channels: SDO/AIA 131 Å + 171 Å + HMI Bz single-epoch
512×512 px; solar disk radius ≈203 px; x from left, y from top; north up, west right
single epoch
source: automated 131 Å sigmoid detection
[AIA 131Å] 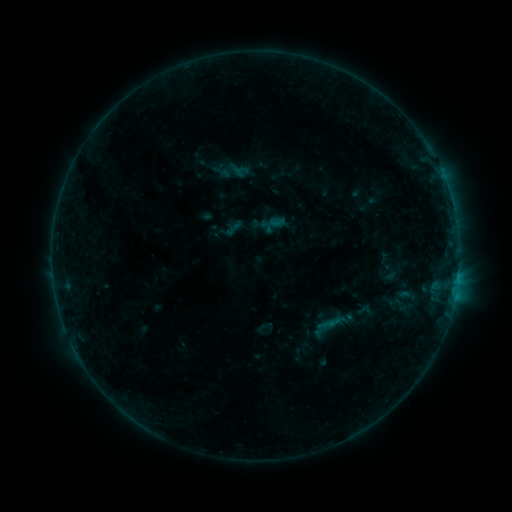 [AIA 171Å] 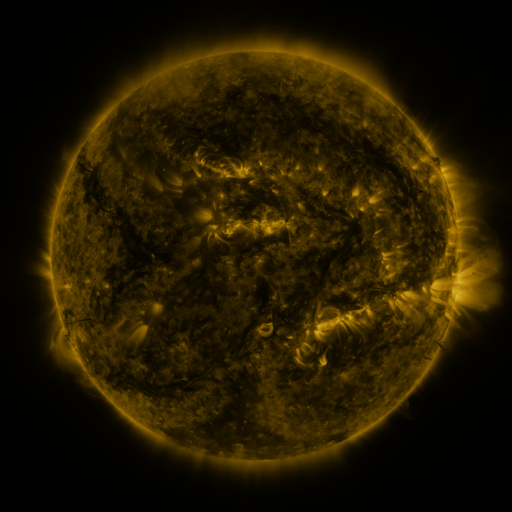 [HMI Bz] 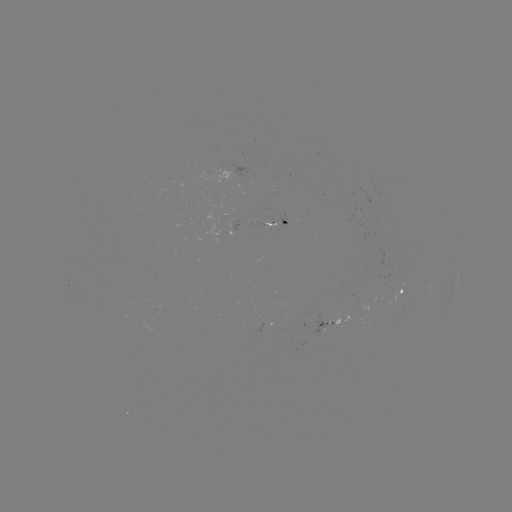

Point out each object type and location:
sigmoid: <bbox>391, 295, 409, 314</bbox>
